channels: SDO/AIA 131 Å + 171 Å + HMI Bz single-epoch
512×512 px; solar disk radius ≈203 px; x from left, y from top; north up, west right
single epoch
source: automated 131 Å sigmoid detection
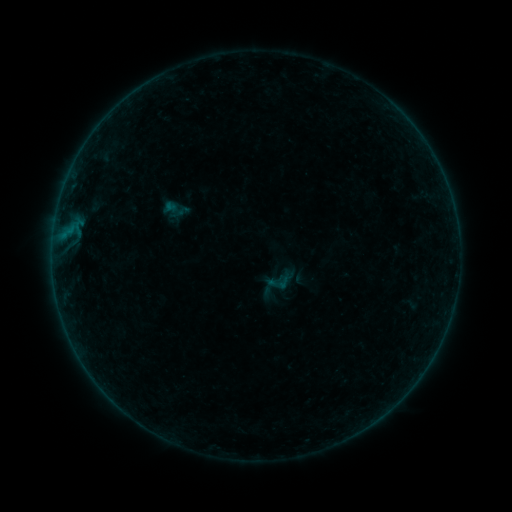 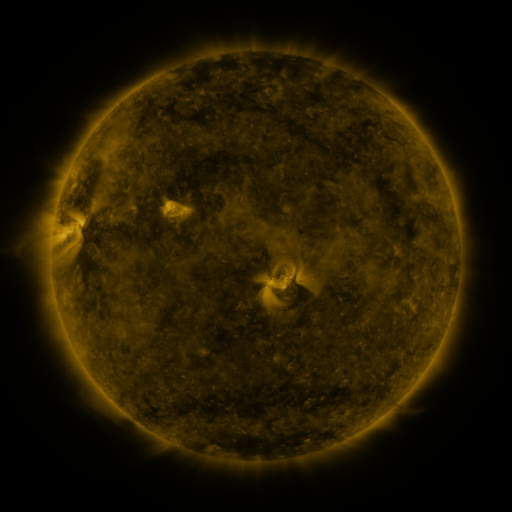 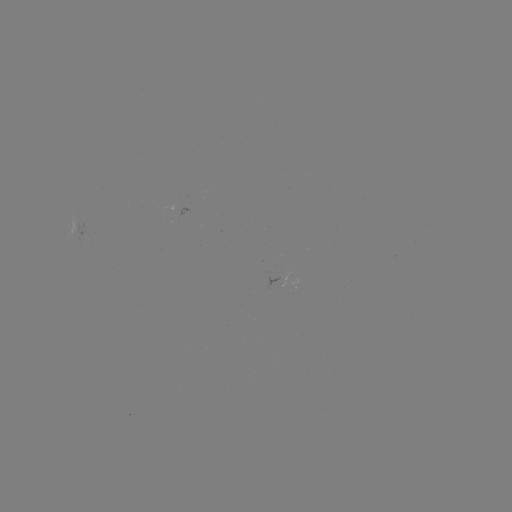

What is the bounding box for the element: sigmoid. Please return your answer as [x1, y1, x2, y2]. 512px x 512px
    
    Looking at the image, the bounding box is [268, 270, 292, 294].